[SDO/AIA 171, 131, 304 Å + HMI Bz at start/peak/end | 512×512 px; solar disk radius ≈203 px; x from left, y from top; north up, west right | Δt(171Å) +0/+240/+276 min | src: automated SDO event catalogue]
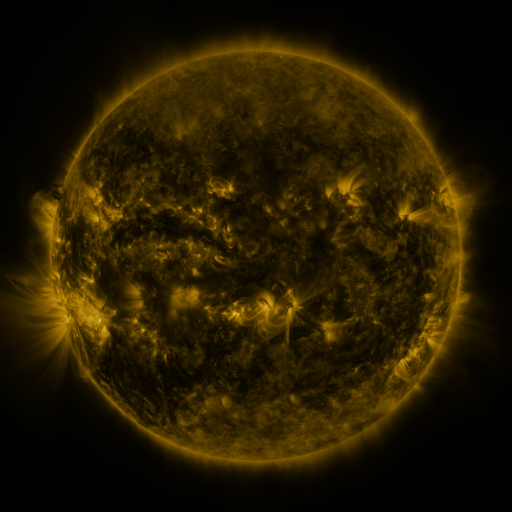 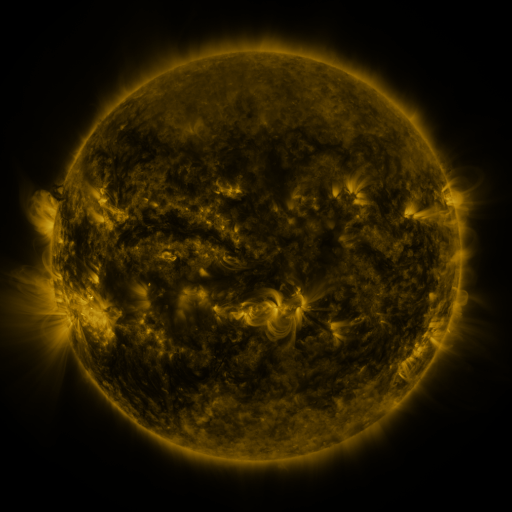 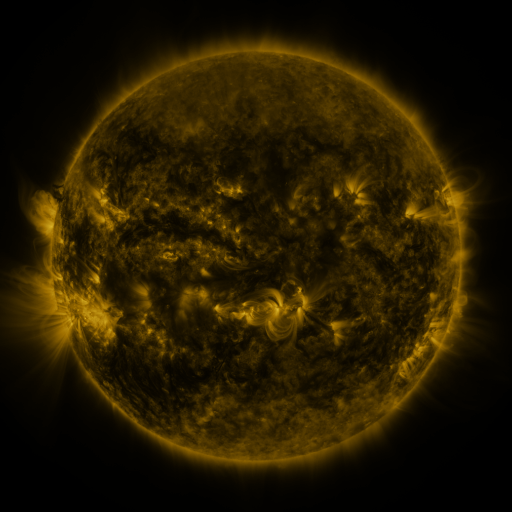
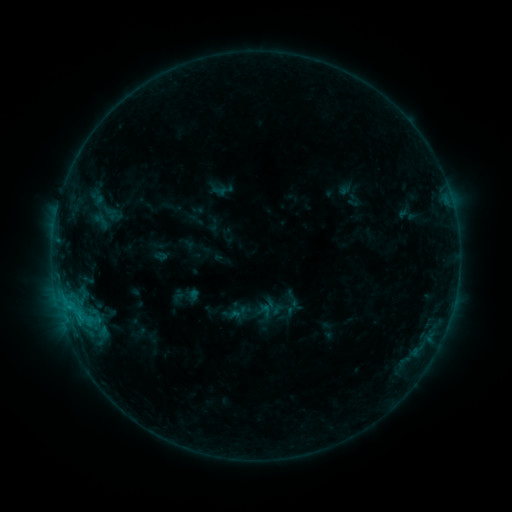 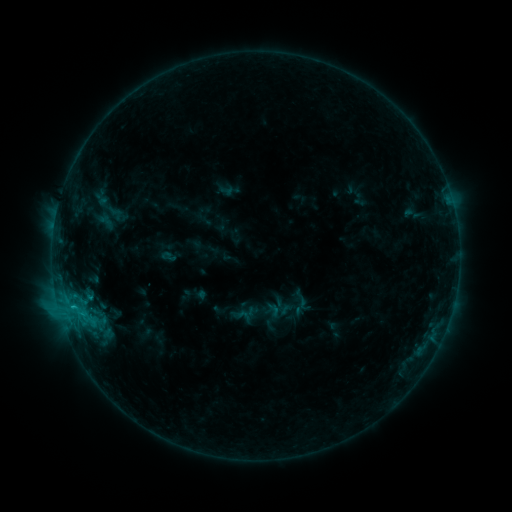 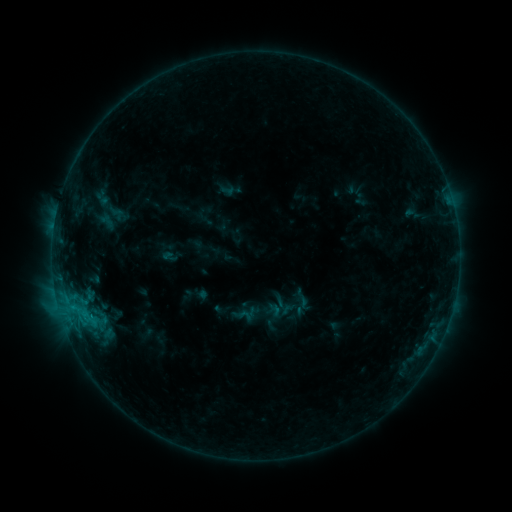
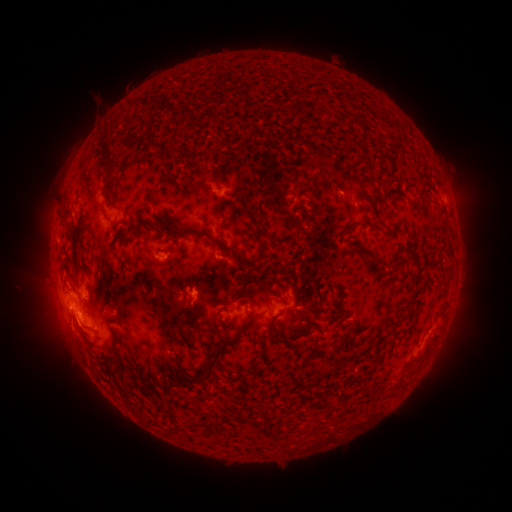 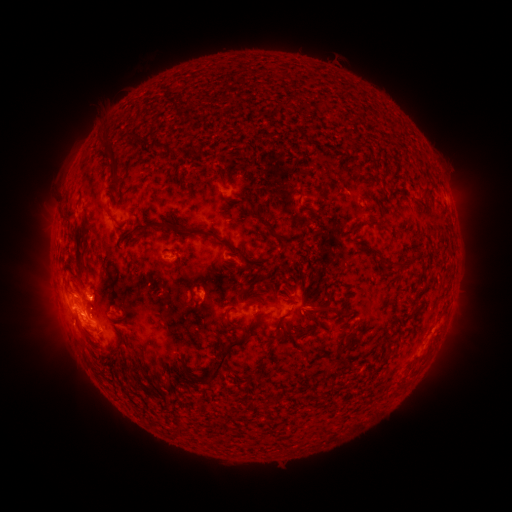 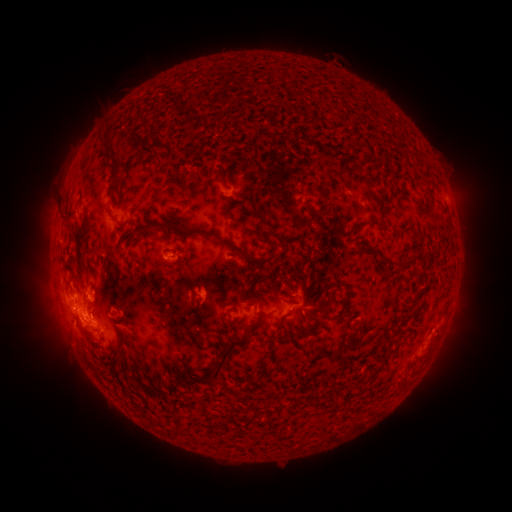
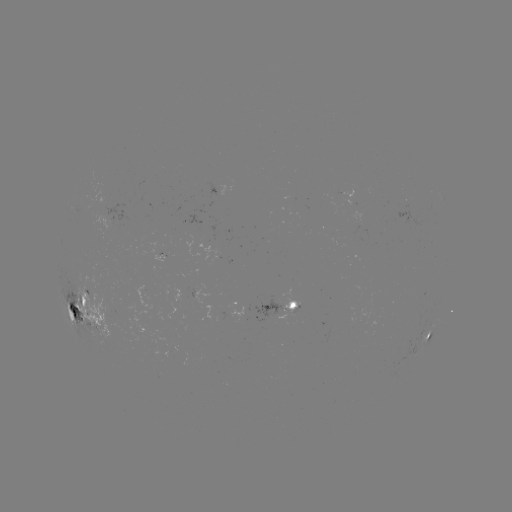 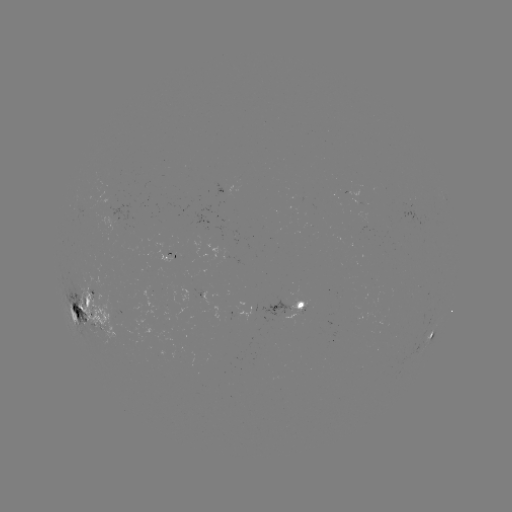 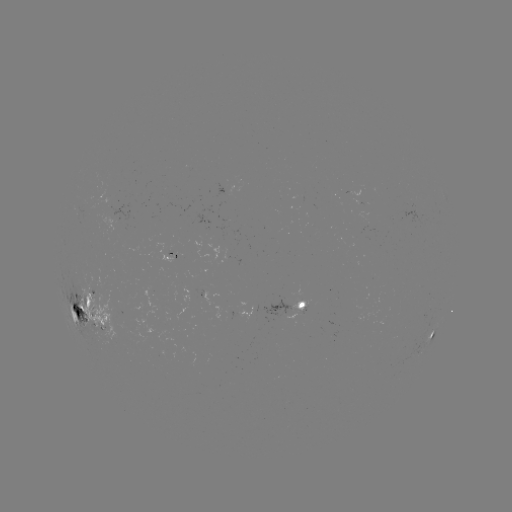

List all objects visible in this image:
emerging-flux region: (169, 250)
